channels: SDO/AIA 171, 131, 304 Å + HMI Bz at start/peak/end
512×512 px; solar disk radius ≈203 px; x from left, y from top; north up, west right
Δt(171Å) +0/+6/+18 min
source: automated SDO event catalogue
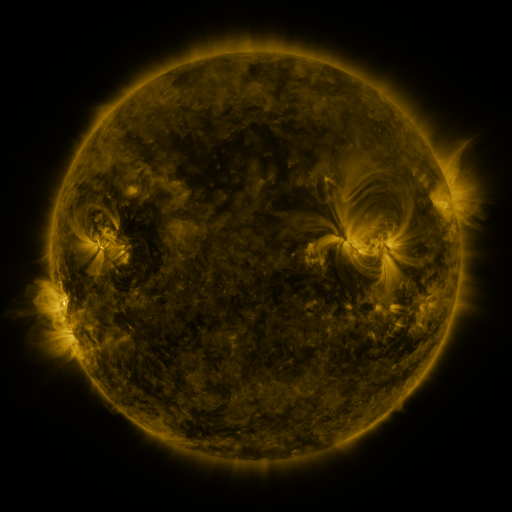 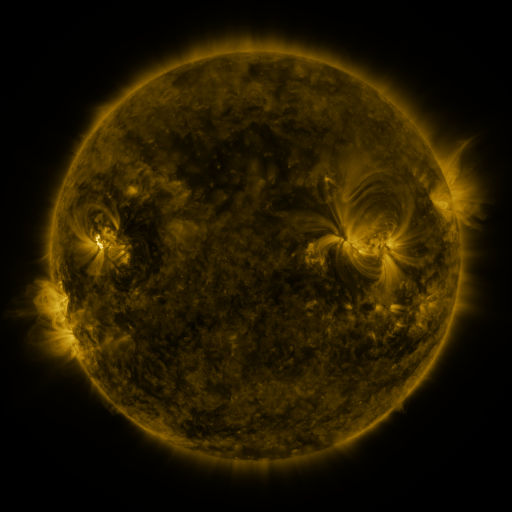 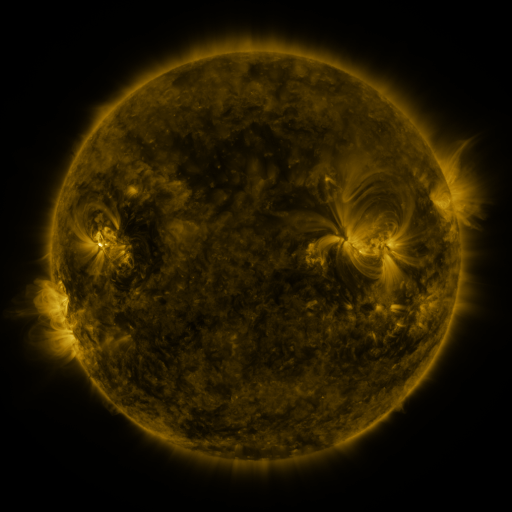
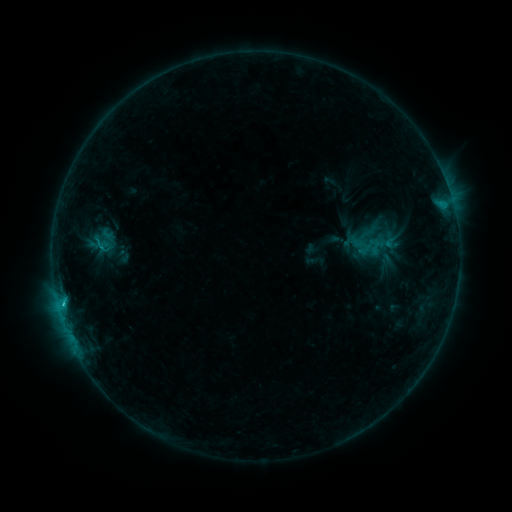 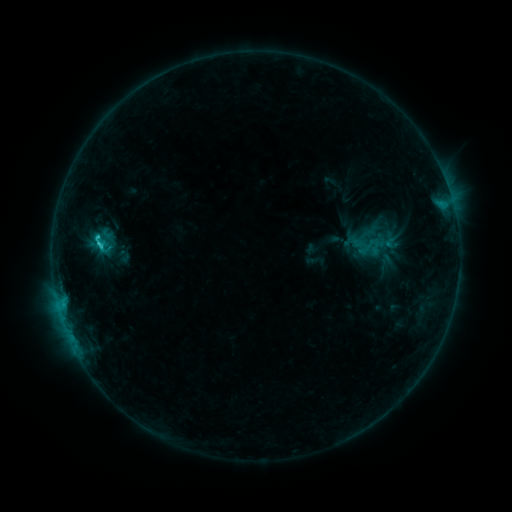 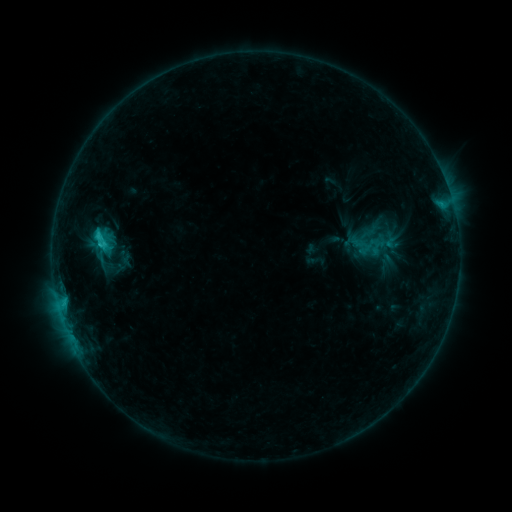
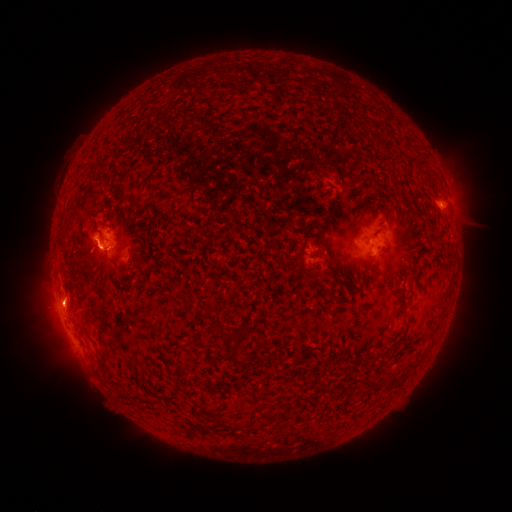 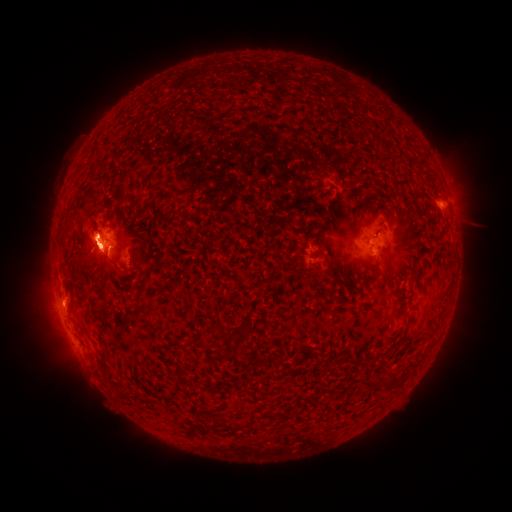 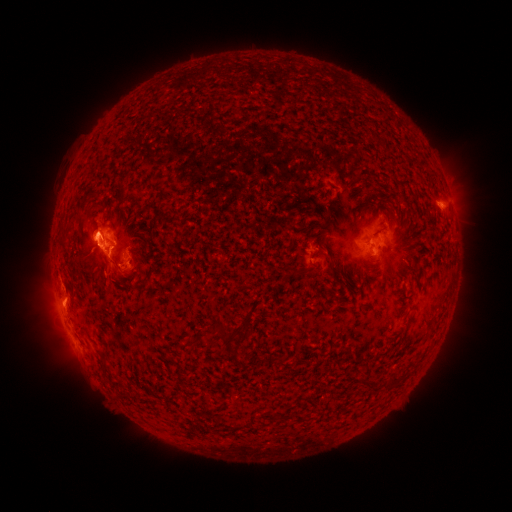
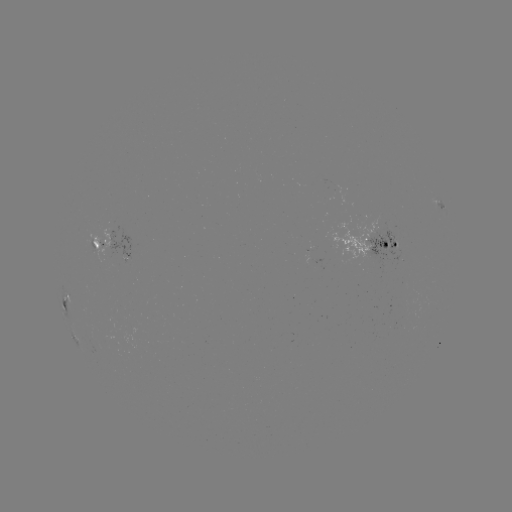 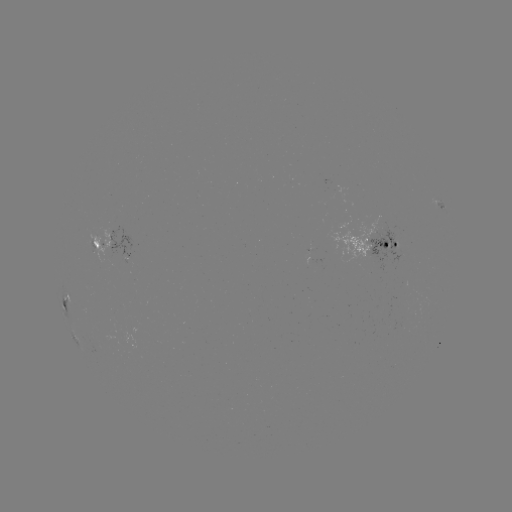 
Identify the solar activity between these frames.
C3.0 flare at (100, 246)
